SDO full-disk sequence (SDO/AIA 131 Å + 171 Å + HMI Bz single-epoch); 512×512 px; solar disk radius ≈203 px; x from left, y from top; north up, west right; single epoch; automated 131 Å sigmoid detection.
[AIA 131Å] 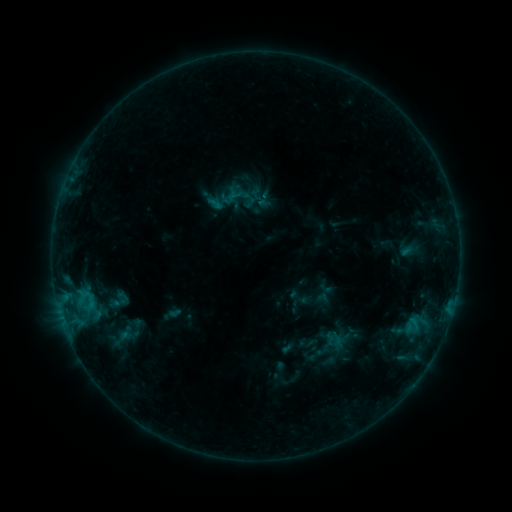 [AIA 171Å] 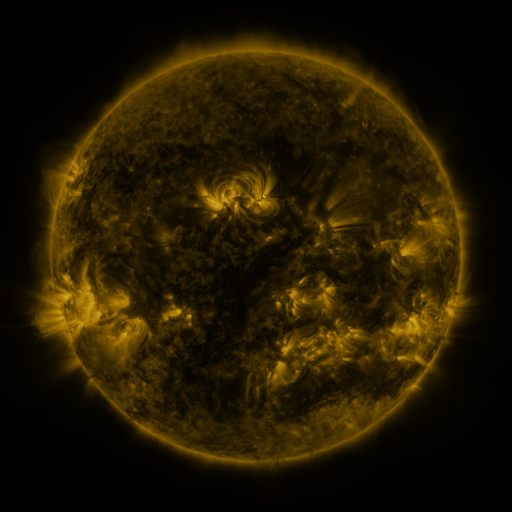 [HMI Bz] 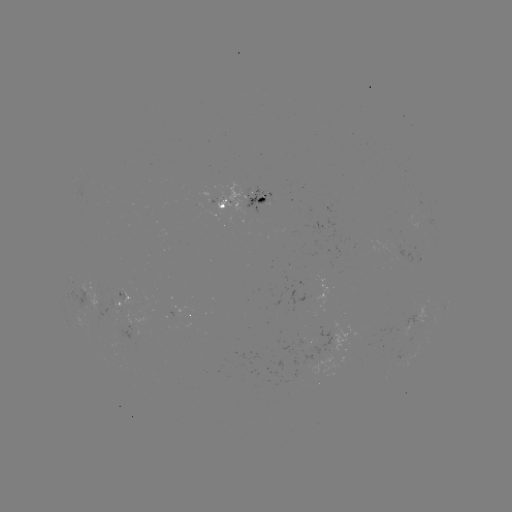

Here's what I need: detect sigmoid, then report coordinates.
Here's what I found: sigmoid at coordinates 334,339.